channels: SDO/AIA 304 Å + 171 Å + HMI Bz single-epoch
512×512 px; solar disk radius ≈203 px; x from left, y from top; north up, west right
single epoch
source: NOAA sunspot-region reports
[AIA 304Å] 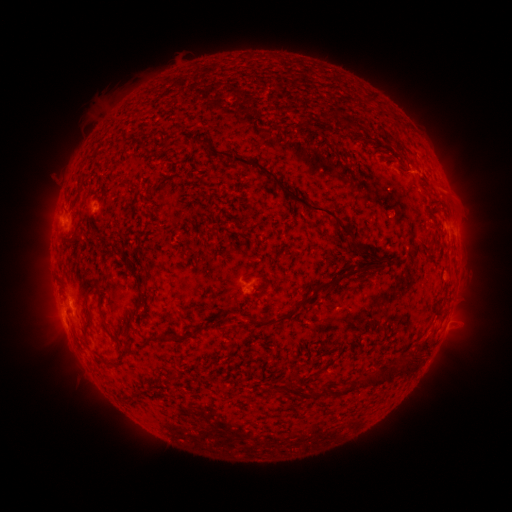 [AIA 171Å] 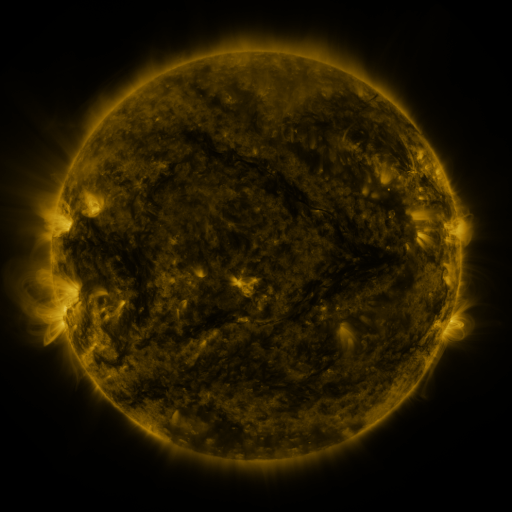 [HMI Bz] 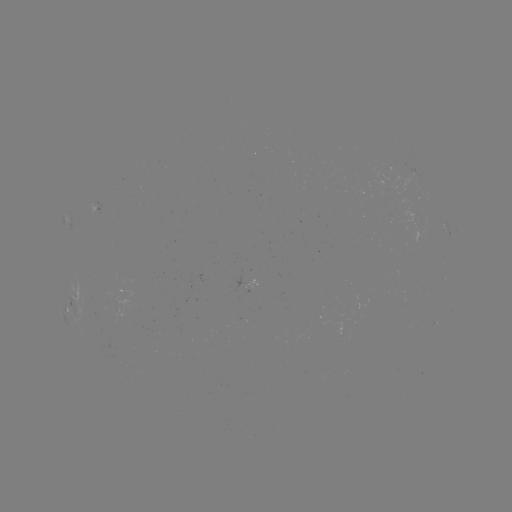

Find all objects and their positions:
spotted active region: (450, 230)
spotted active region: (440, 321)
